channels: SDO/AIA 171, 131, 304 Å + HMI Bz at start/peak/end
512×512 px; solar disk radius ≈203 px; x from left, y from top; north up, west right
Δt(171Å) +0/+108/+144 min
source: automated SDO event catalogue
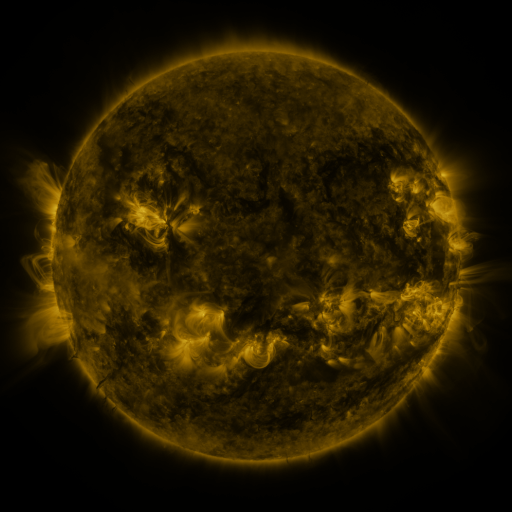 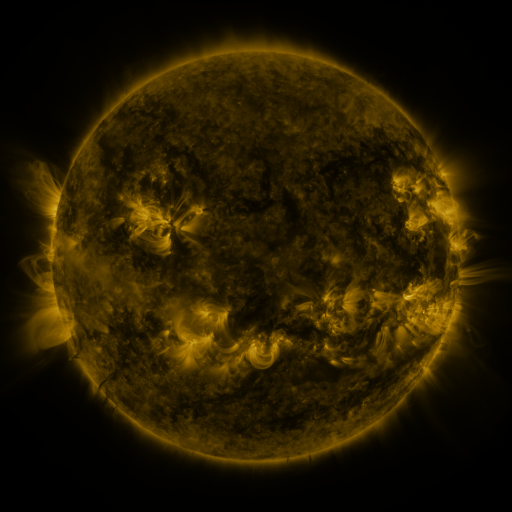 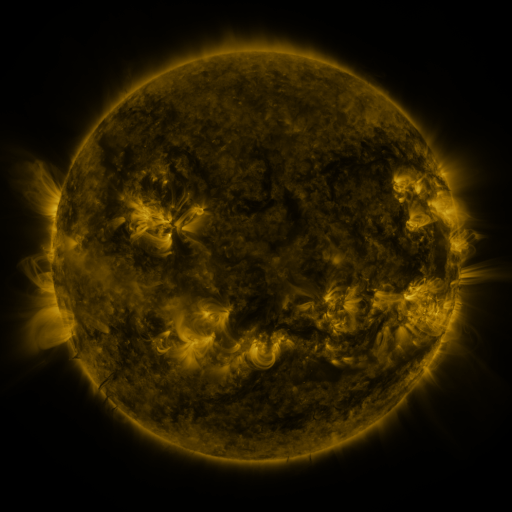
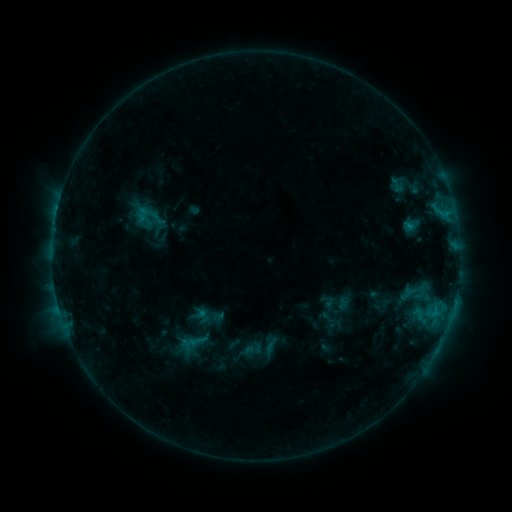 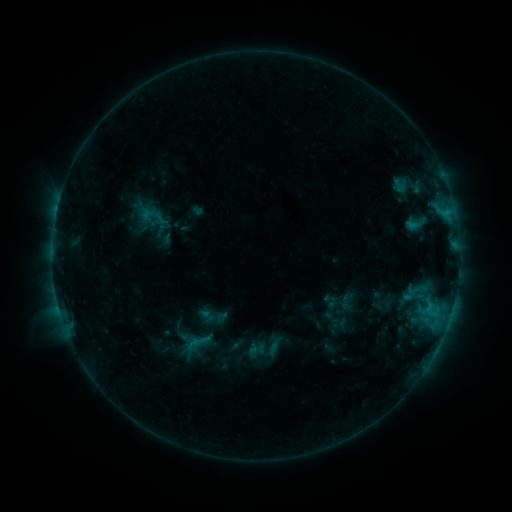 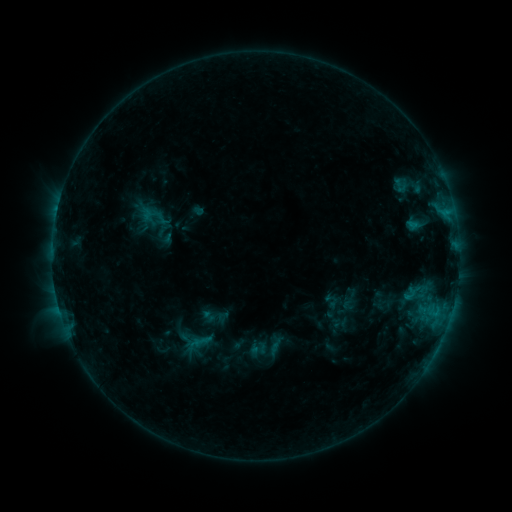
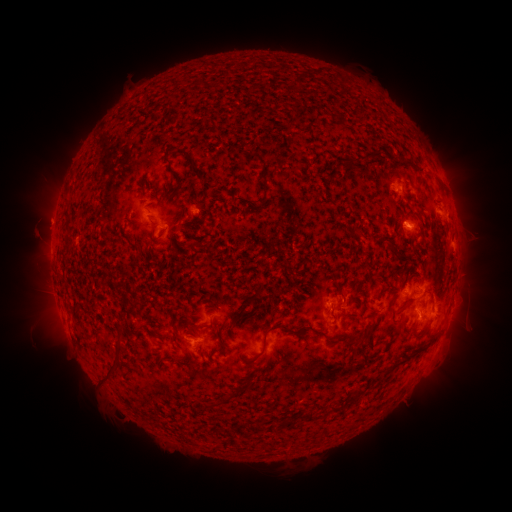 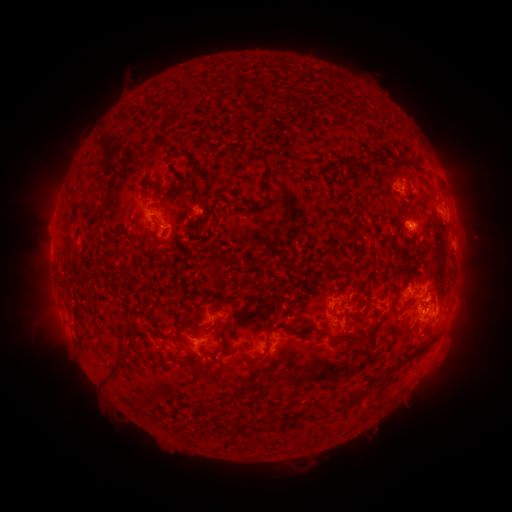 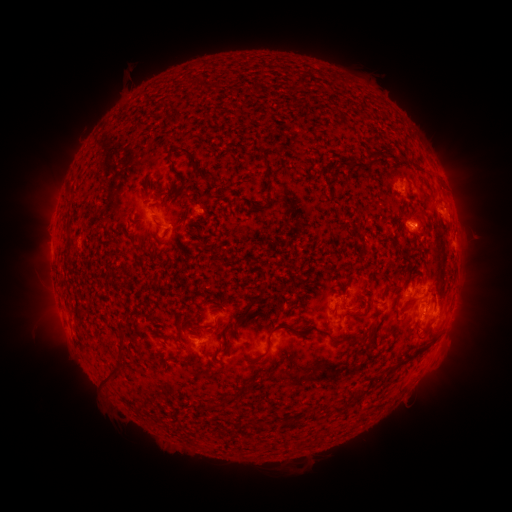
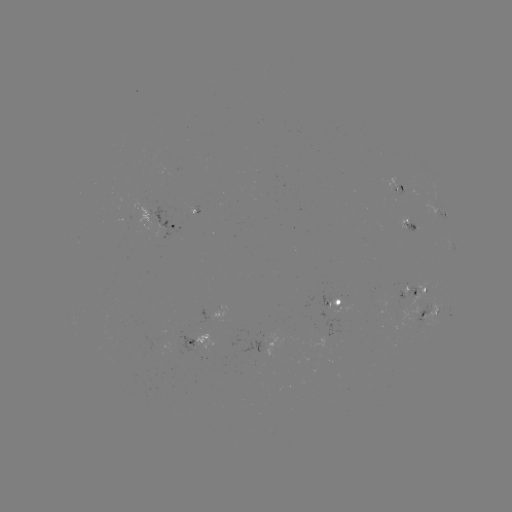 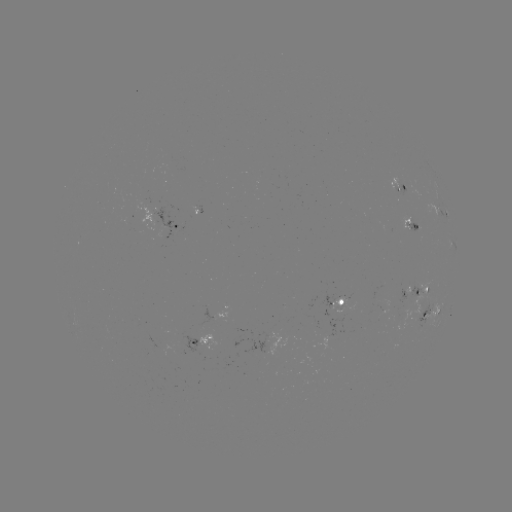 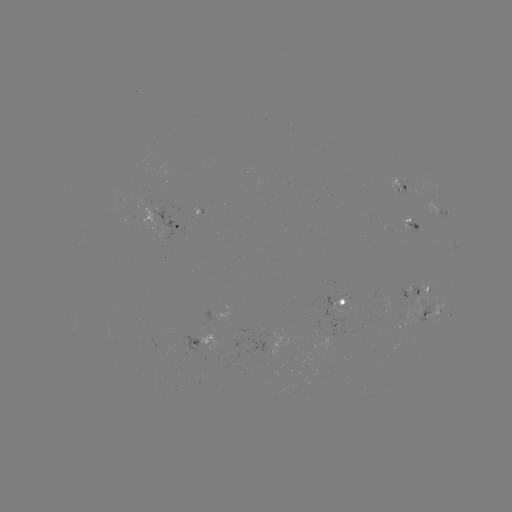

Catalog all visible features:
emerging-flux region: (345, 300)
